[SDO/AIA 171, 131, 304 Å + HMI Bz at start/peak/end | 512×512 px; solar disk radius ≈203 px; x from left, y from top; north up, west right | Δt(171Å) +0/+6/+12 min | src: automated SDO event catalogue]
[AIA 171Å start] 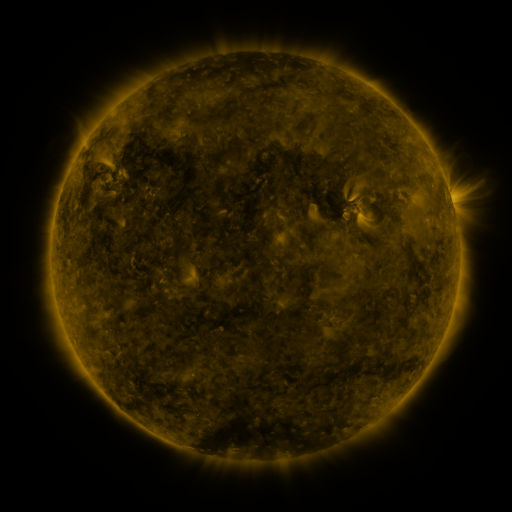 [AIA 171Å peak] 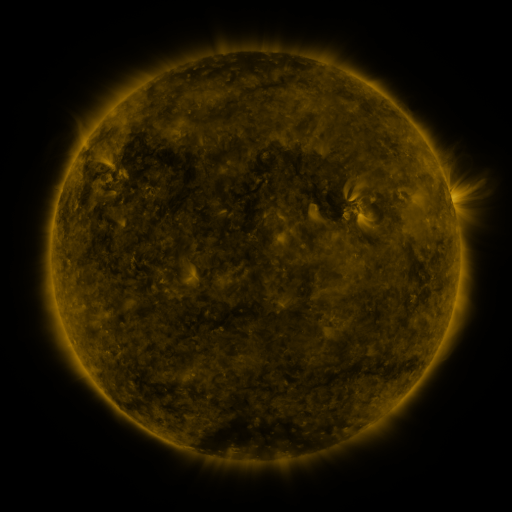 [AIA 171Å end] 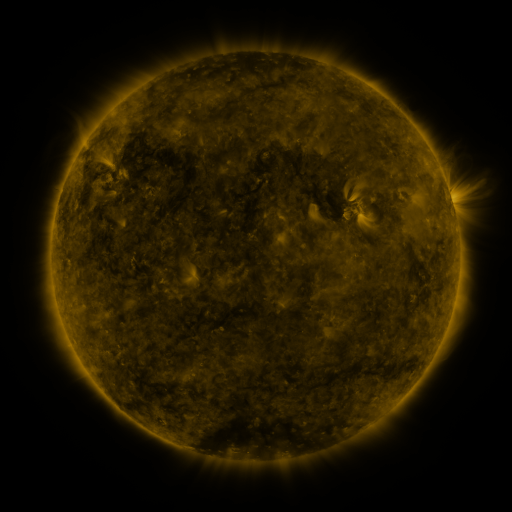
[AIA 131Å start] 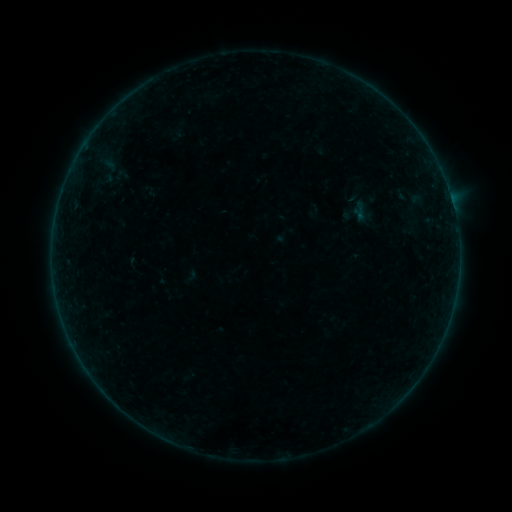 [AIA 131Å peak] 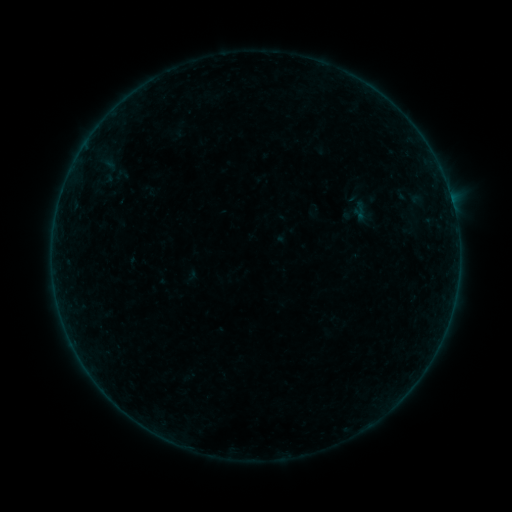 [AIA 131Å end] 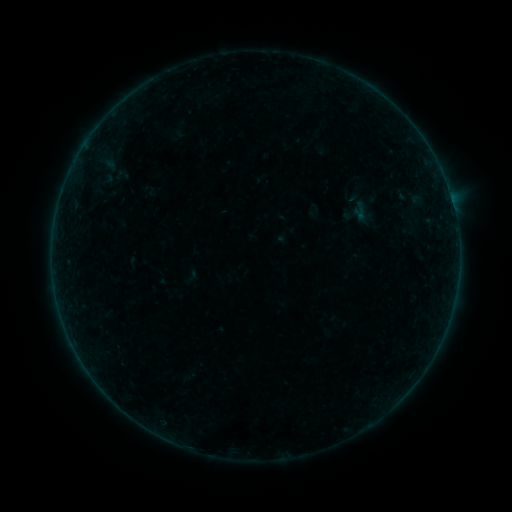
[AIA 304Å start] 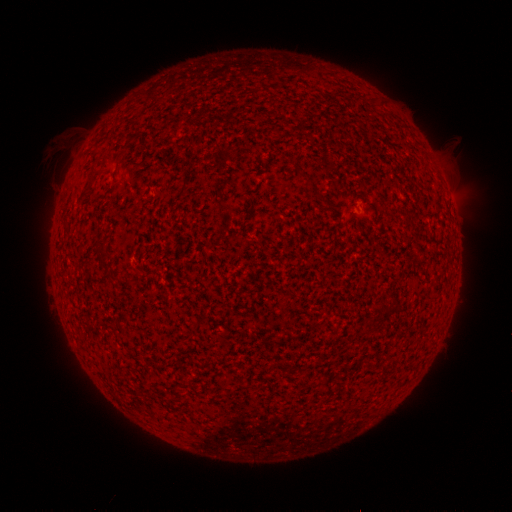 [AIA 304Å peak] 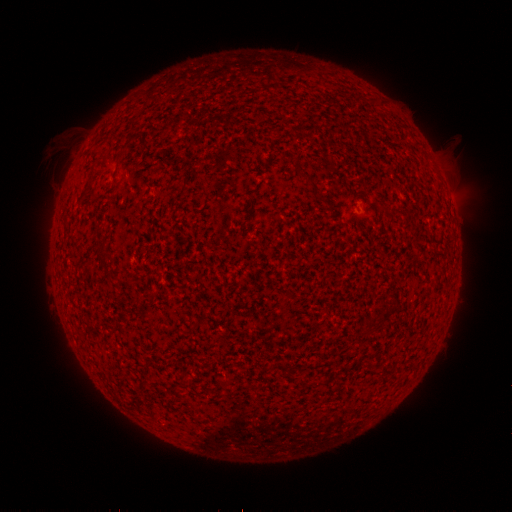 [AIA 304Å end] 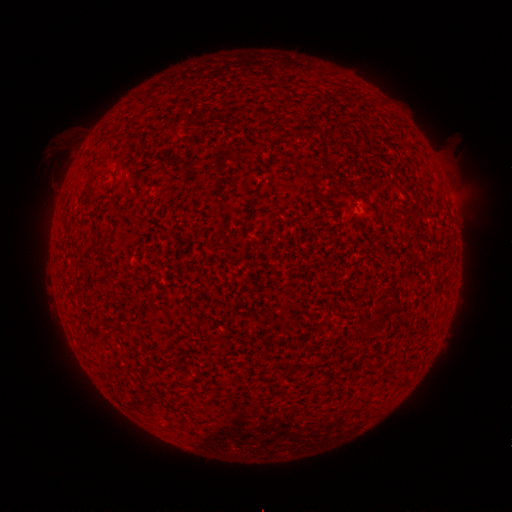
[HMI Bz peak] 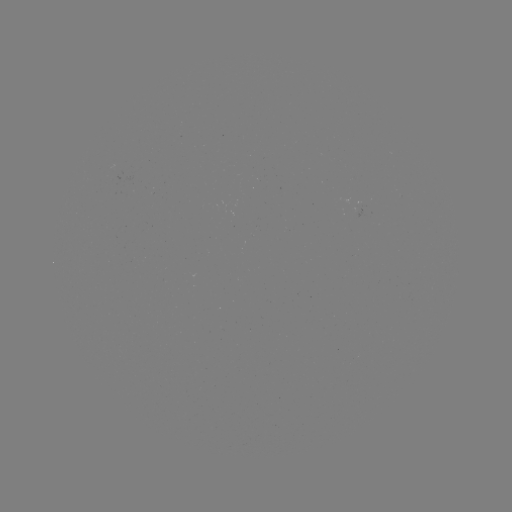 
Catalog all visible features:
B2.2 flare: (53, 241)
